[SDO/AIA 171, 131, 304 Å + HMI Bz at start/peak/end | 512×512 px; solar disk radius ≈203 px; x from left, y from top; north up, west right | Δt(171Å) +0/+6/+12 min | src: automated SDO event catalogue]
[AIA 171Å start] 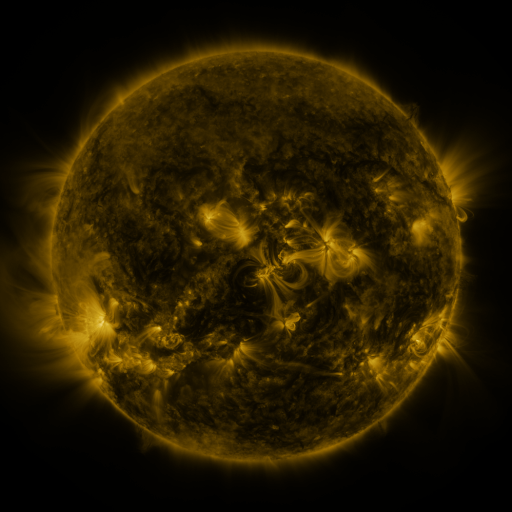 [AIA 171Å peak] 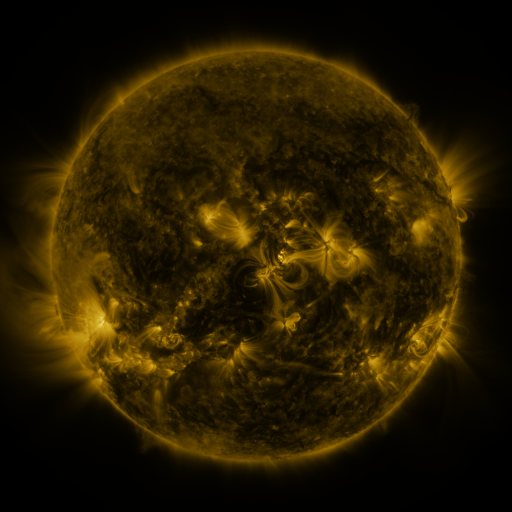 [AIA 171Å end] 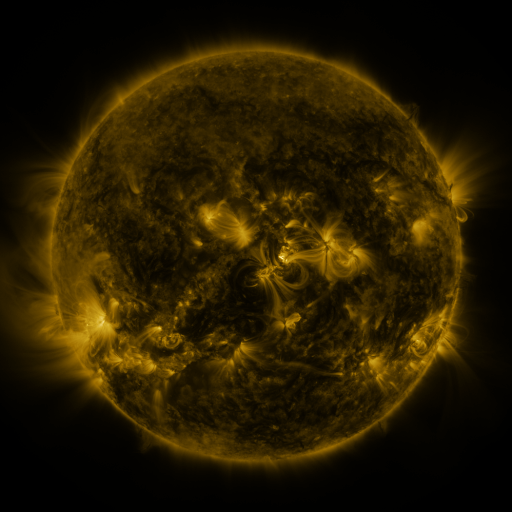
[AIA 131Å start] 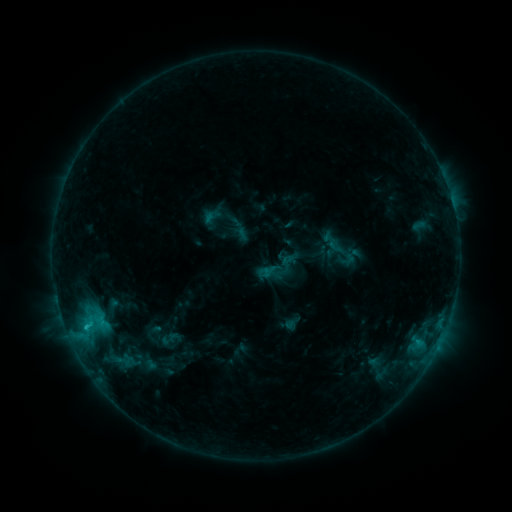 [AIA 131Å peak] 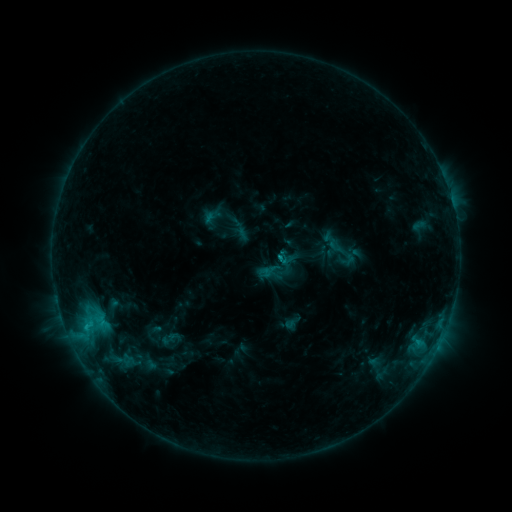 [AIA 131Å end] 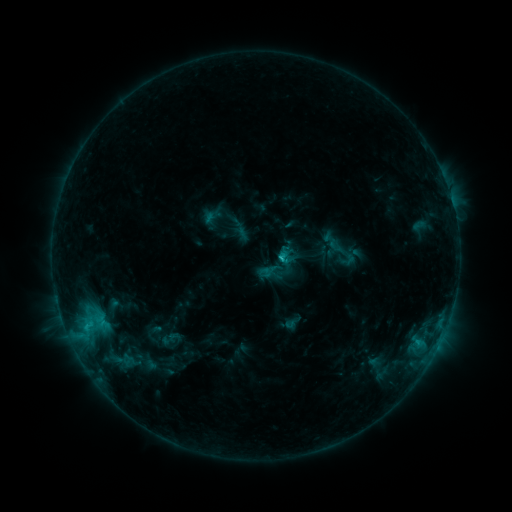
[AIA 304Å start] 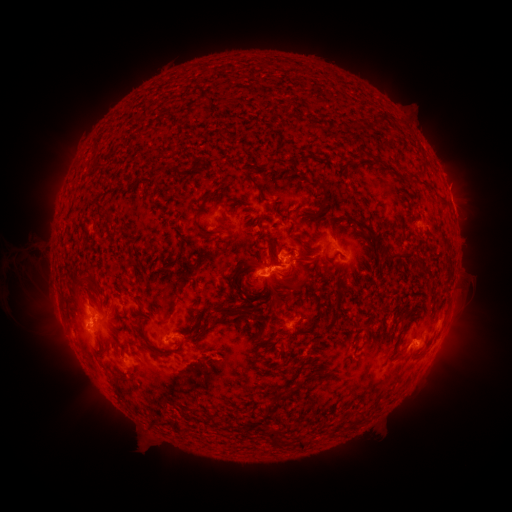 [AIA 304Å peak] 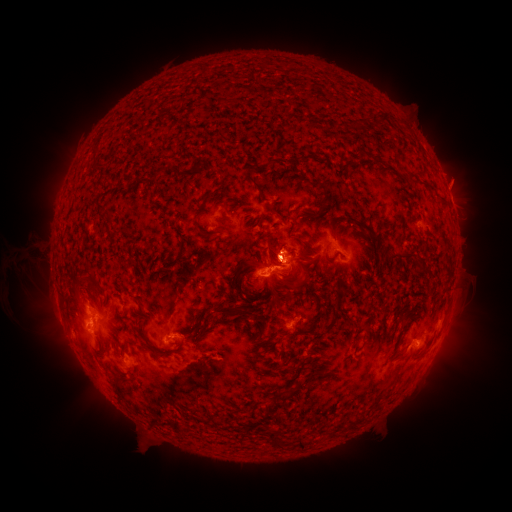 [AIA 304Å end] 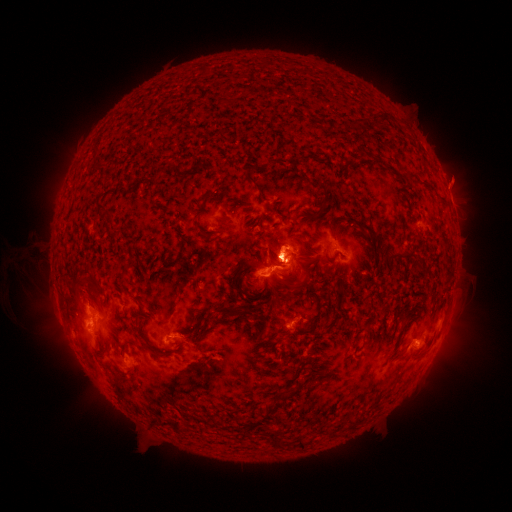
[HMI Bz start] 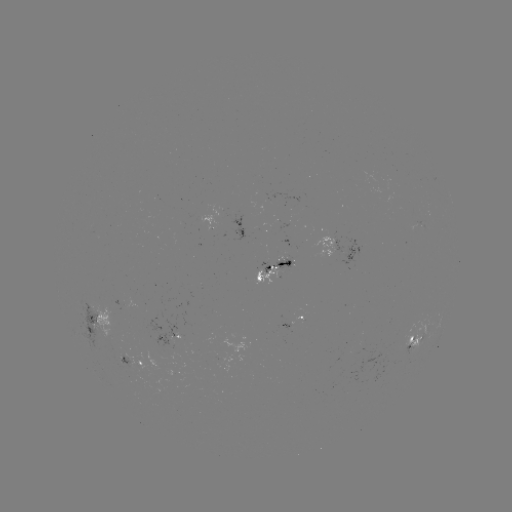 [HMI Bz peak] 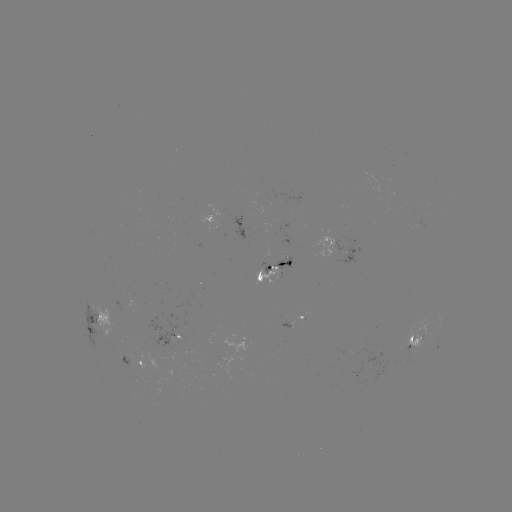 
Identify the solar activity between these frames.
eruption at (284, 256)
